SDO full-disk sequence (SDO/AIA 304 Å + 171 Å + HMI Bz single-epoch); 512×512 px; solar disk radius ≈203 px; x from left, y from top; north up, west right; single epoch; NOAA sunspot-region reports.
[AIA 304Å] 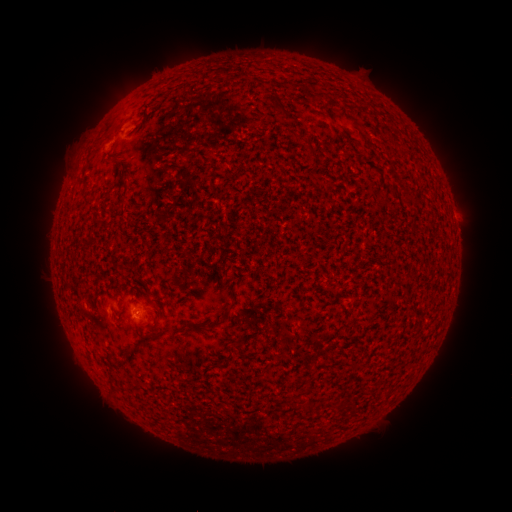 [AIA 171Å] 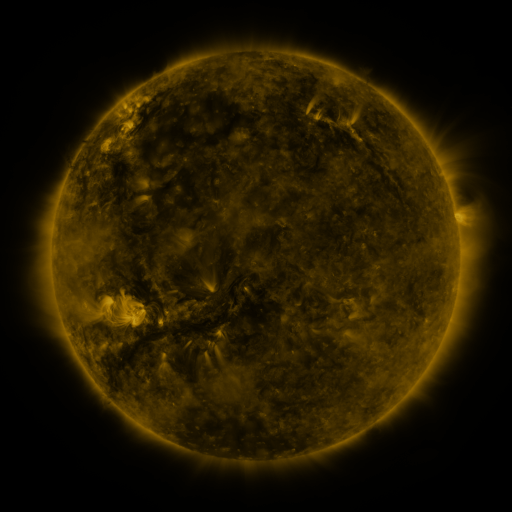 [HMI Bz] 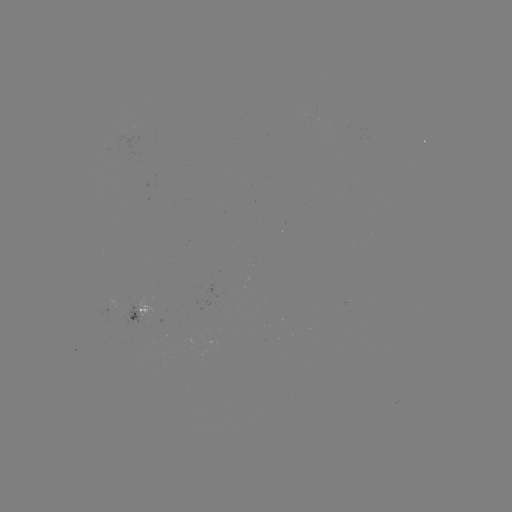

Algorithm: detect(spotted active region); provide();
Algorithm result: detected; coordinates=141,313